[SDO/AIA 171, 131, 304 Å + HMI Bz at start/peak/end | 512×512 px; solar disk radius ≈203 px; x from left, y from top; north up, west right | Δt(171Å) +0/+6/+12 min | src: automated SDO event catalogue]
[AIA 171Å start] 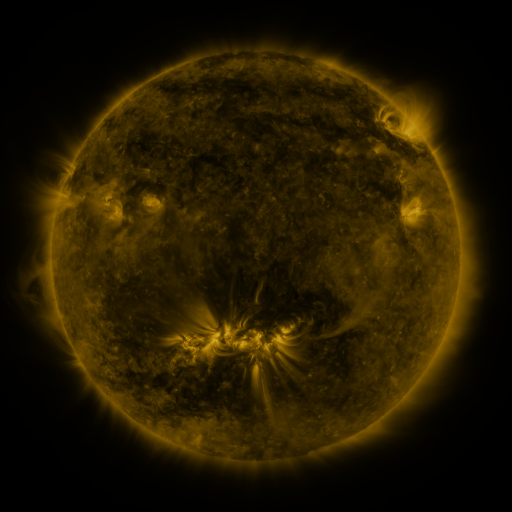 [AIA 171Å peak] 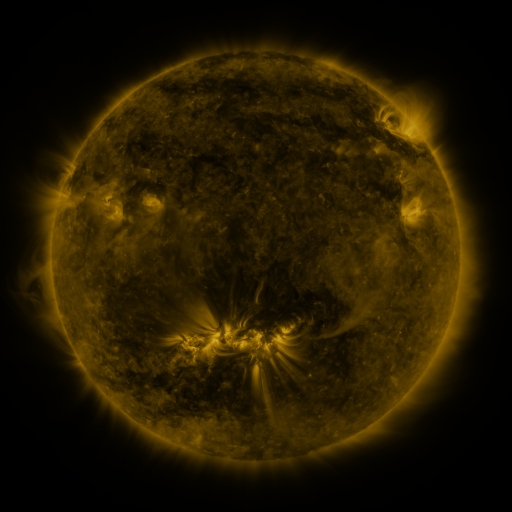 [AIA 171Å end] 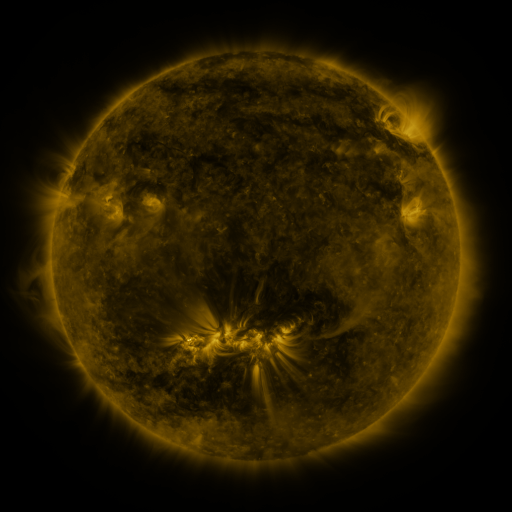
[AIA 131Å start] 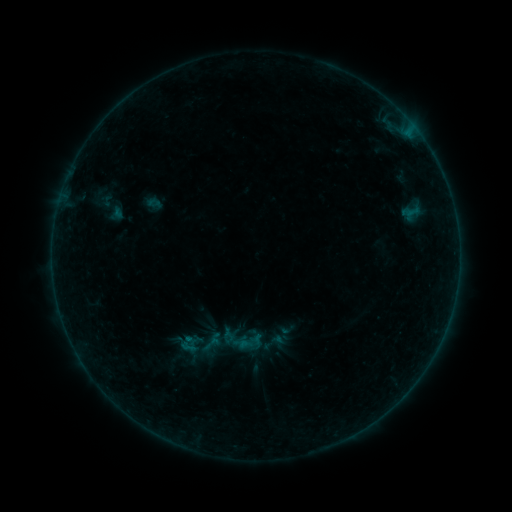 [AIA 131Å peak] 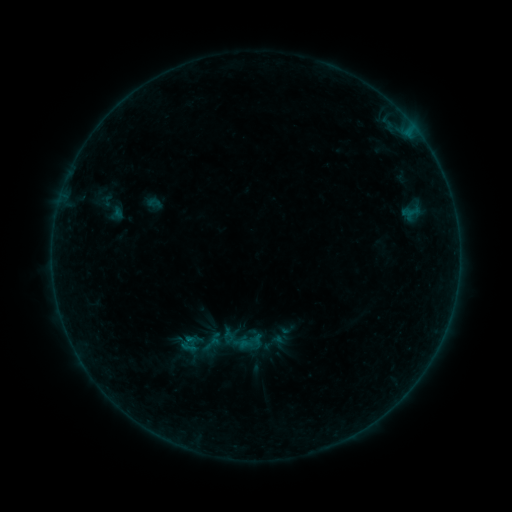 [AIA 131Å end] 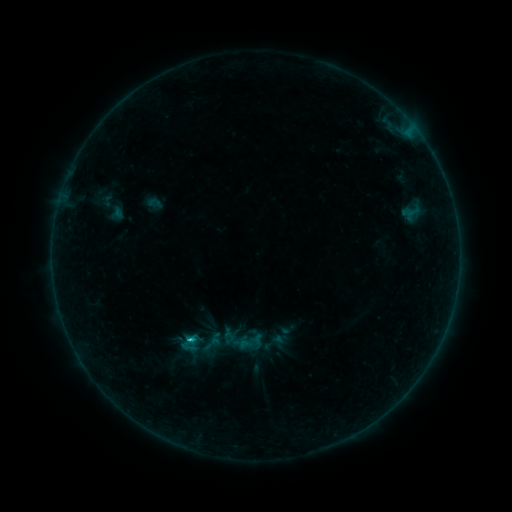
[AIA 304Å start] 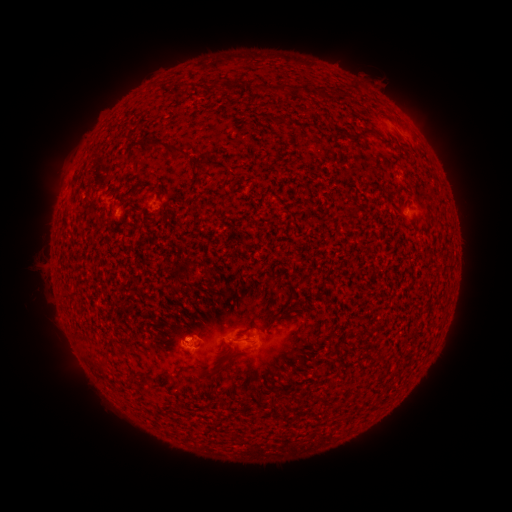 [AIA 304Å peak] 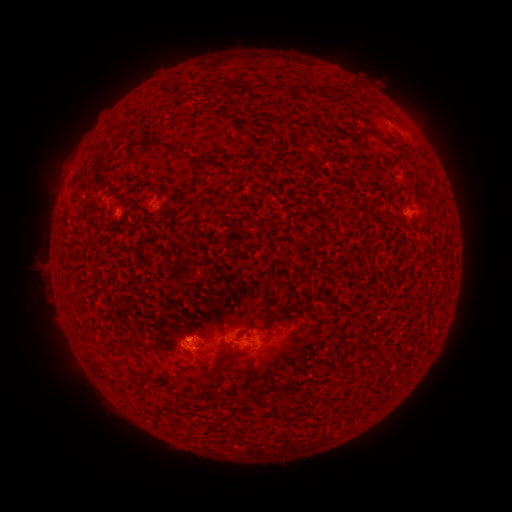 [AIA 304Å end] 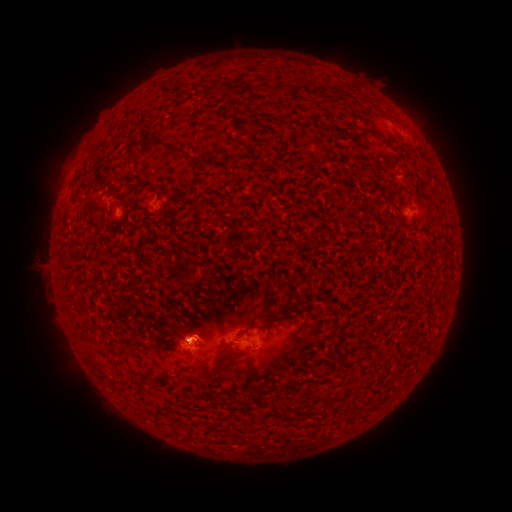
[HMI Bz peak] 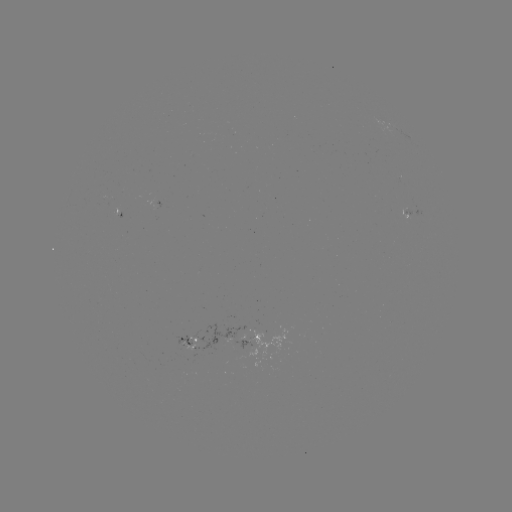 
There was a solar flare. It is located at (190, 339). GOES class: B9.0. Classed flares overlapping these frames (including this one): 1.